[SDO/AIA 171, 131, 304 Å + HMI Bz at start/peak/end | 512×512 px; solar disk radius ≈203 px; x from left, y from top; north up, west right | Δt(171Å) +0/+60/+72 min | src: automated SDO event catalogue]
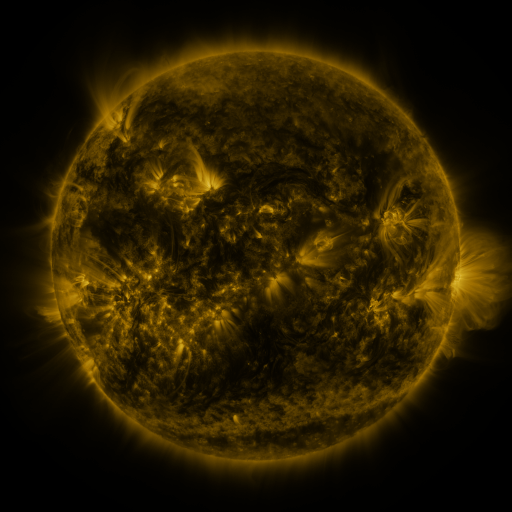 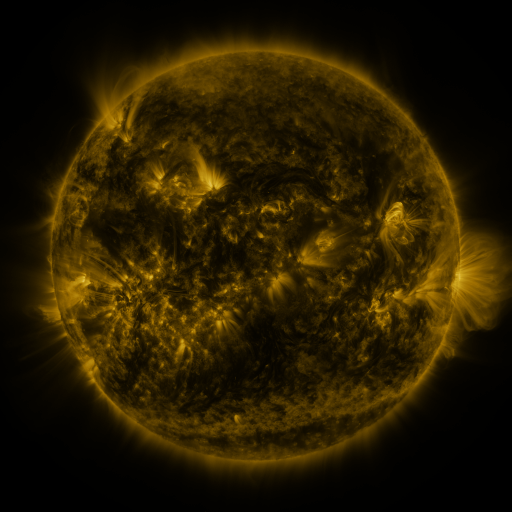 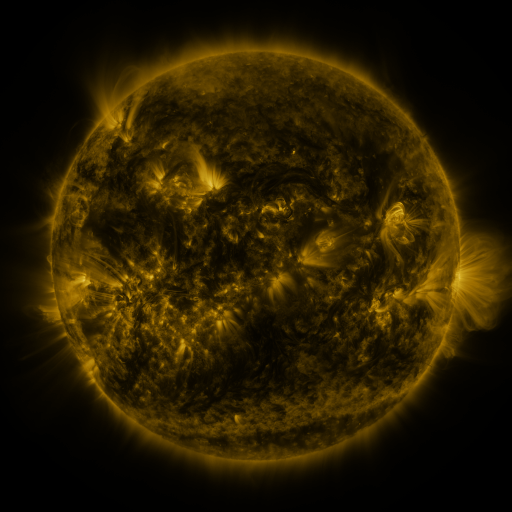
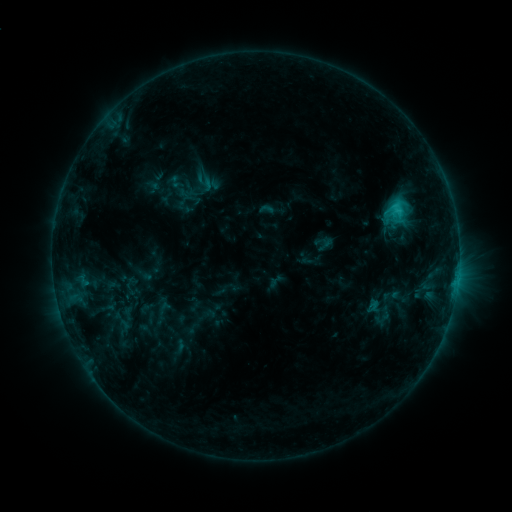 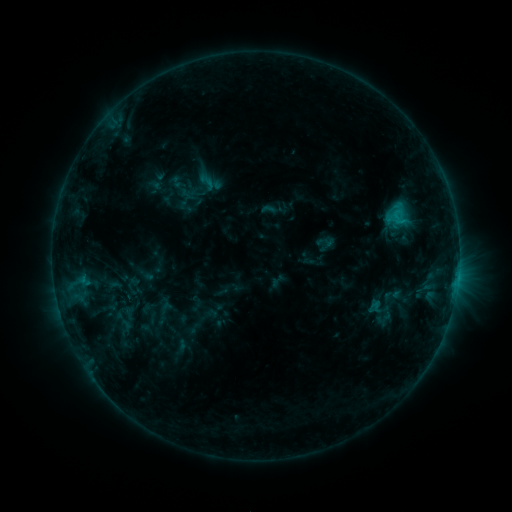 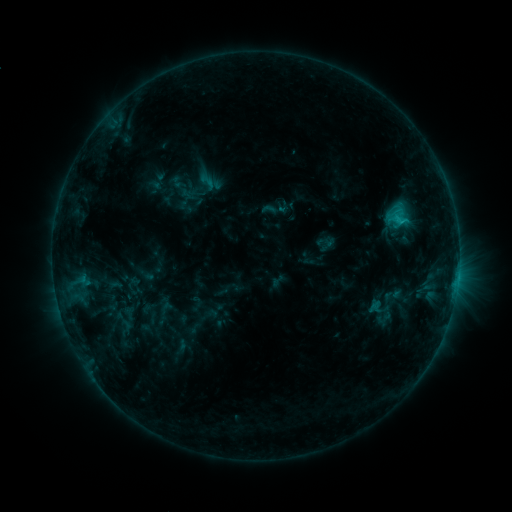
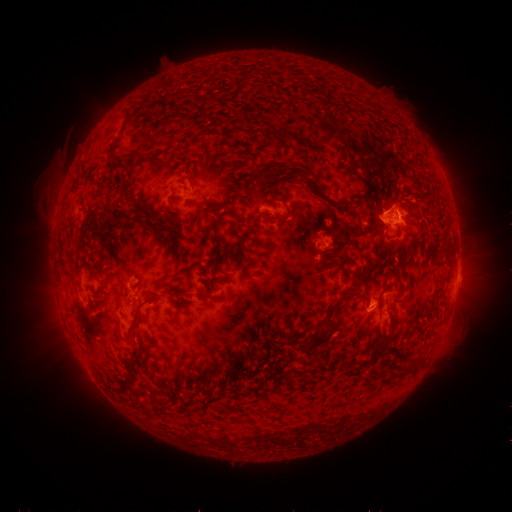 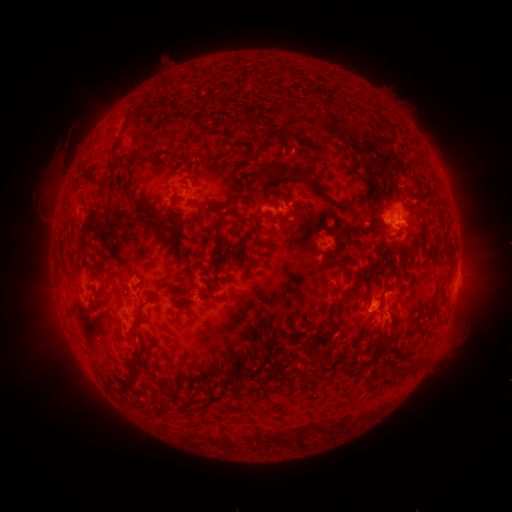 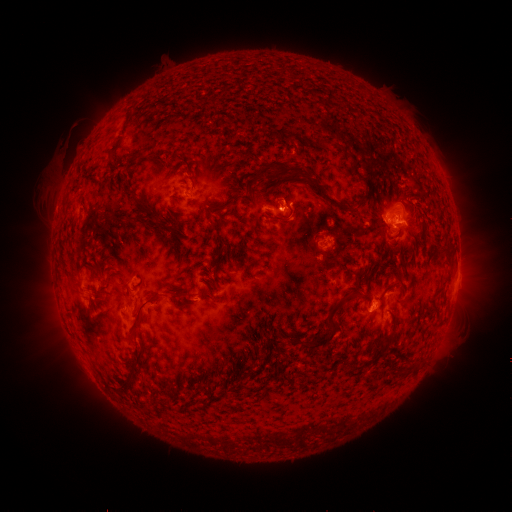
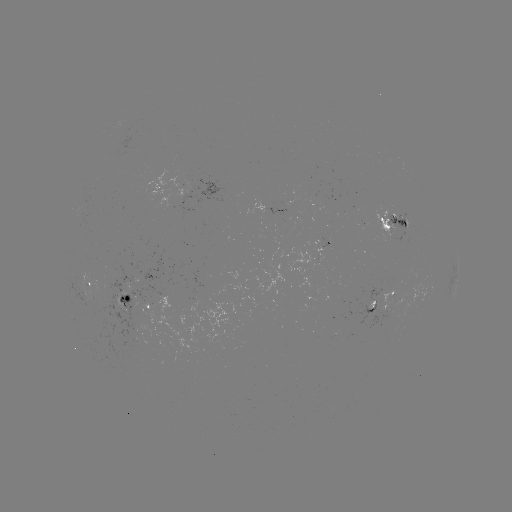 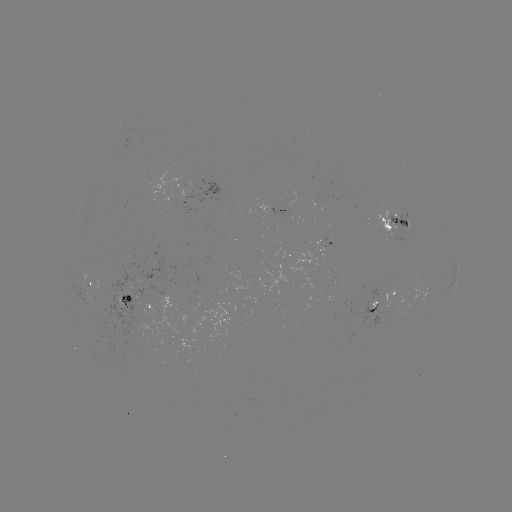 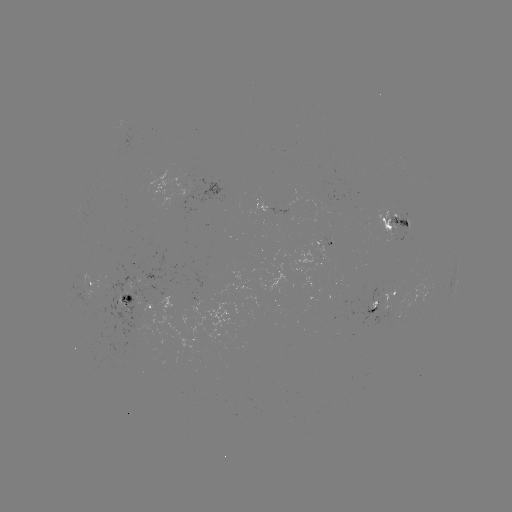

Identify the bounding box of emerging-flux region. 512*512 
[179, 188, 201, 216].